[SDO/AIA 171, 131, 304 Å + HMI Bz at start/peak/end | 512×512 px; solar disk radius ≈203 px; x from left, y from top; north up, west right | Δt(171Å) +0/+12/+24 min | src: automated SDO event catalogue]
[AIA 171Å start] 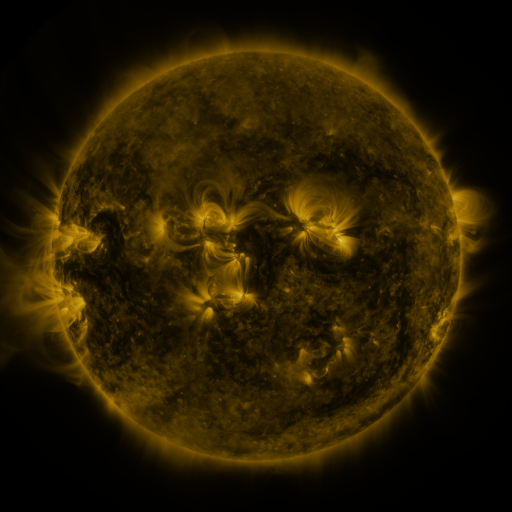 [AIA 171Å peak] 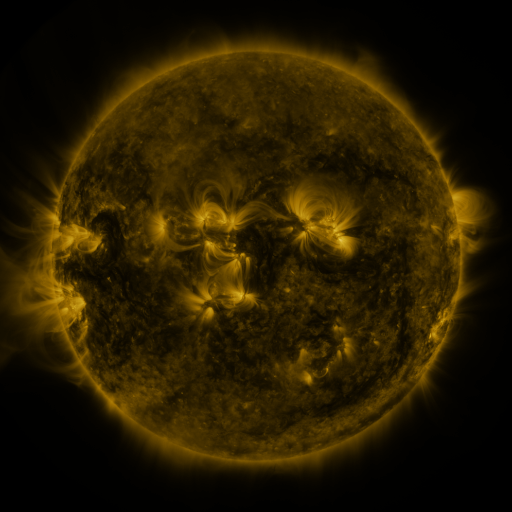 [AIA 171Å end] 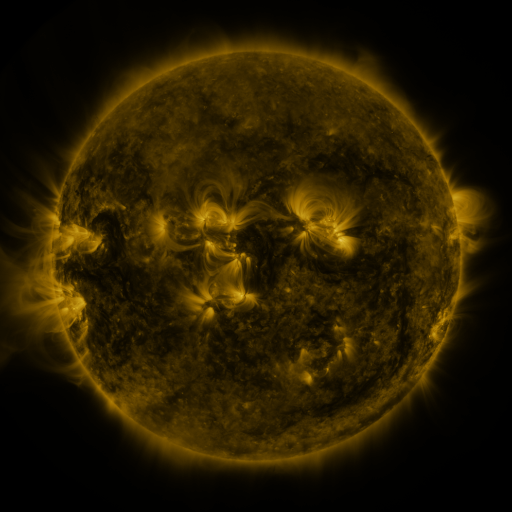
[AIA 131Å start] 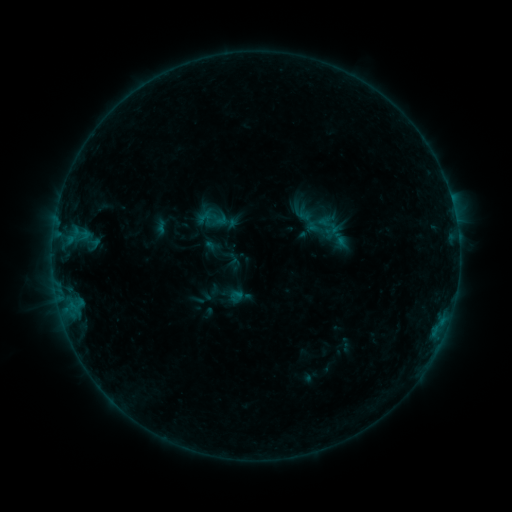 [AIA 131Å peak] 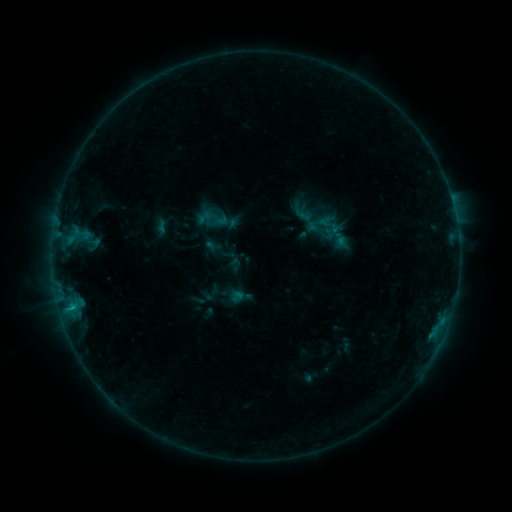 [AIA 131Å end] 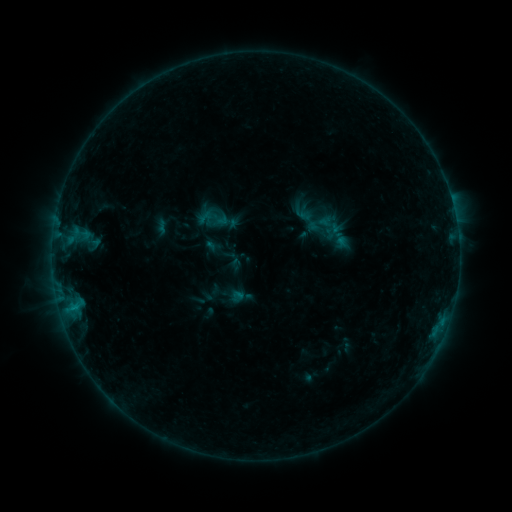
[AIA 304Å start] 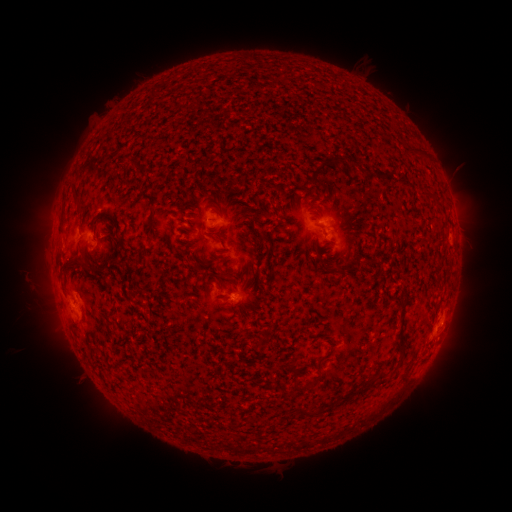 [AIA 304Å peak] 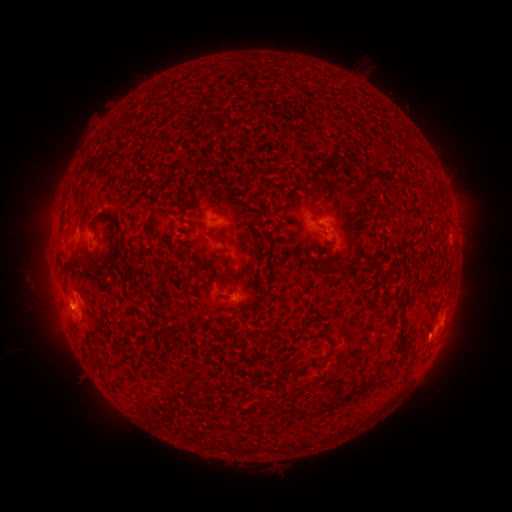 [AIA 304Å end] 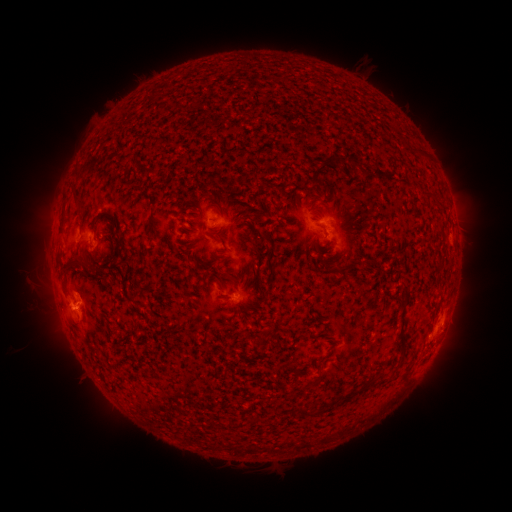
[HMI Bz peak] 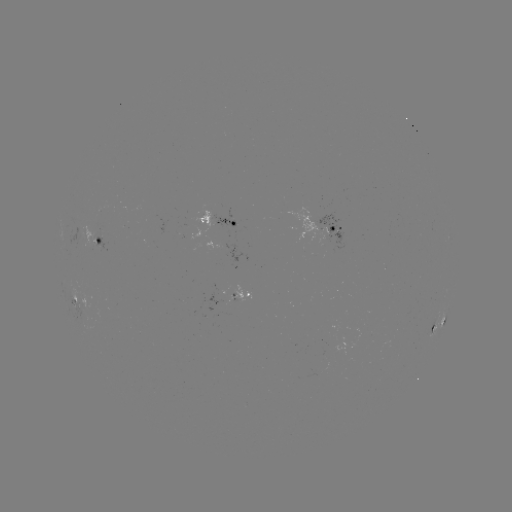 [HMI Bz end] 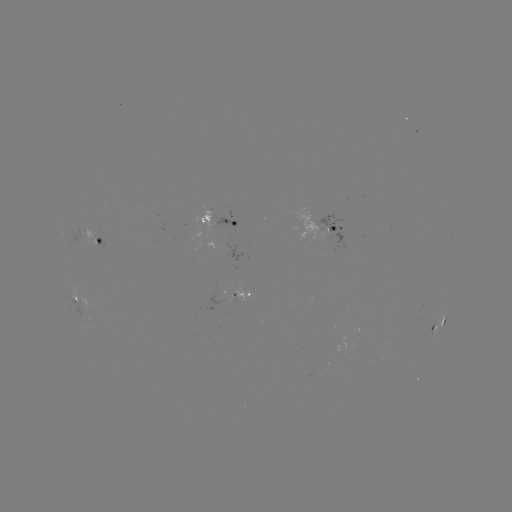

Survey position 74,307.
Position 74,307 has B5.9 flare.